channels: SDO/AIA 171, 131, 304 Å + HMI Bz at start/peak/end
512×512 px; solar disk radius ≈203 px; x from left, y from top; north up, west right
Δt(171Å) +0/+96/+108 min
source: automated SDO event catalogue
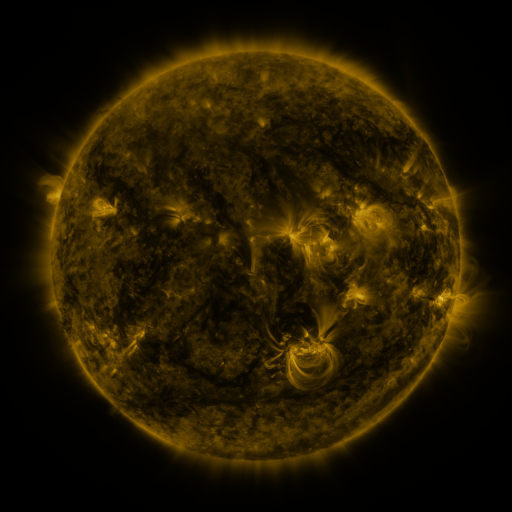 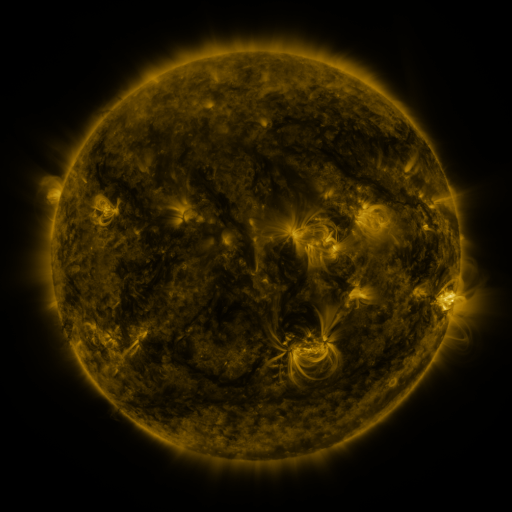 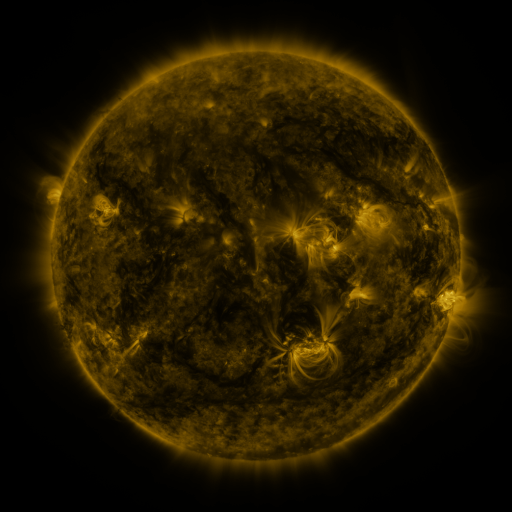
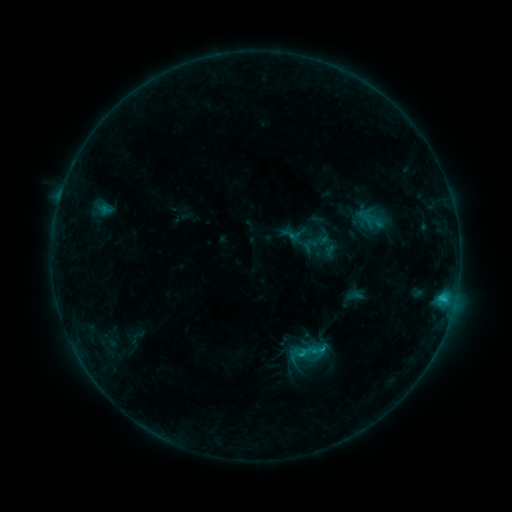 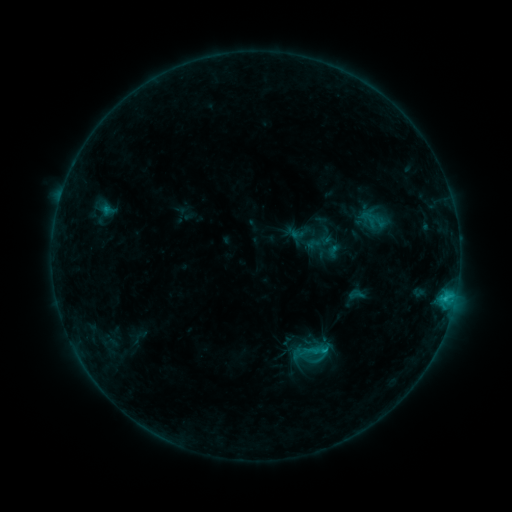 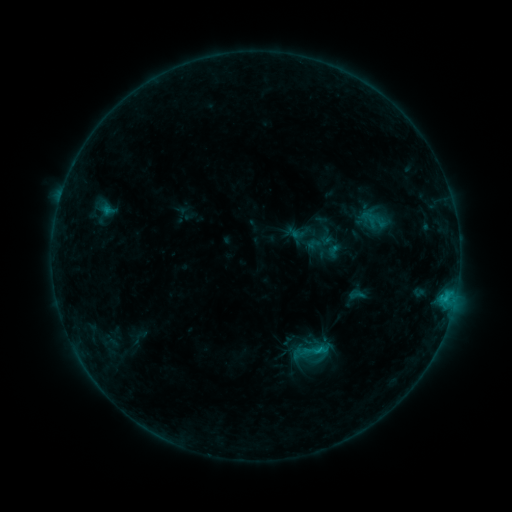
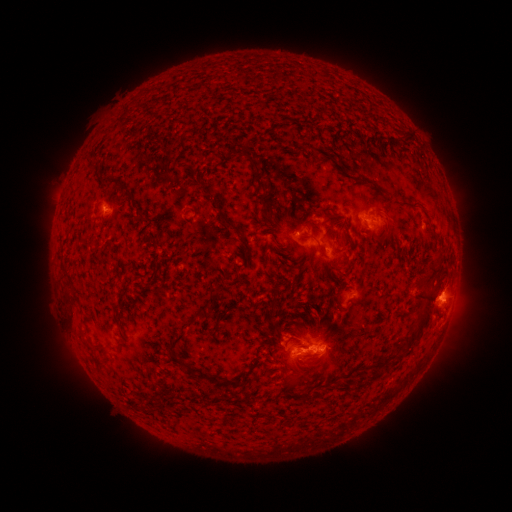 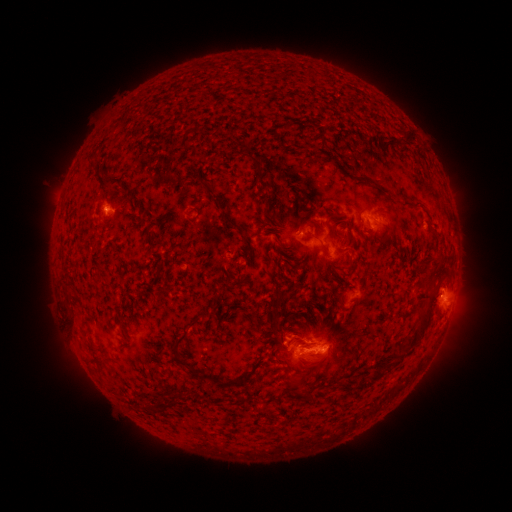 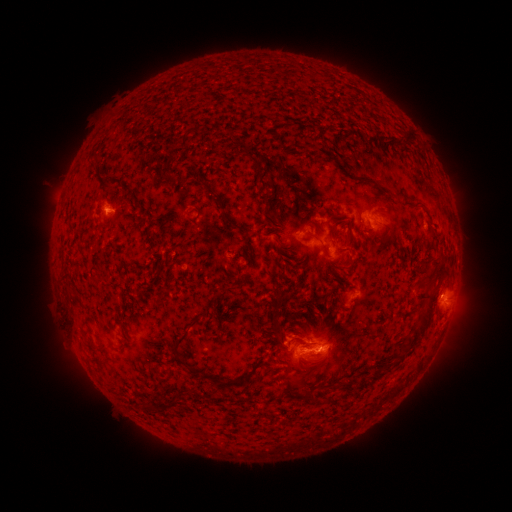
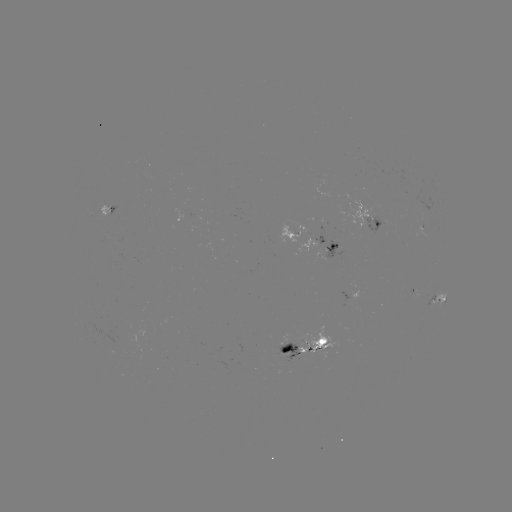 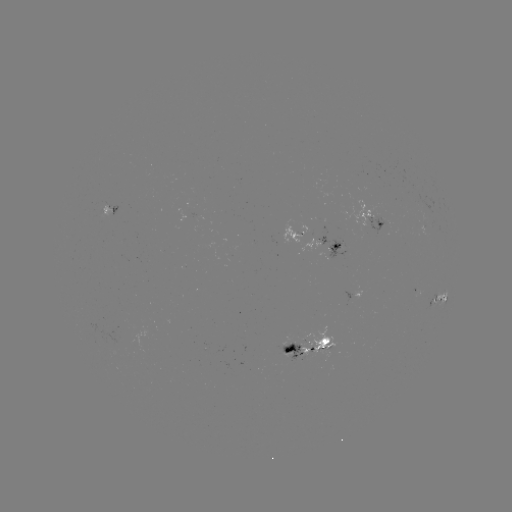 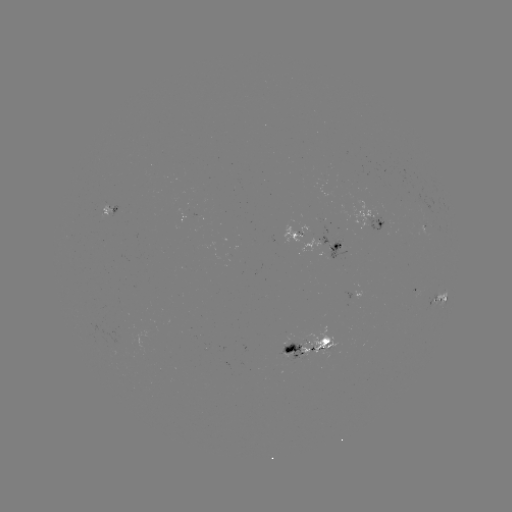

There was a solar emerging-flux region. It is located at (296, 347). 